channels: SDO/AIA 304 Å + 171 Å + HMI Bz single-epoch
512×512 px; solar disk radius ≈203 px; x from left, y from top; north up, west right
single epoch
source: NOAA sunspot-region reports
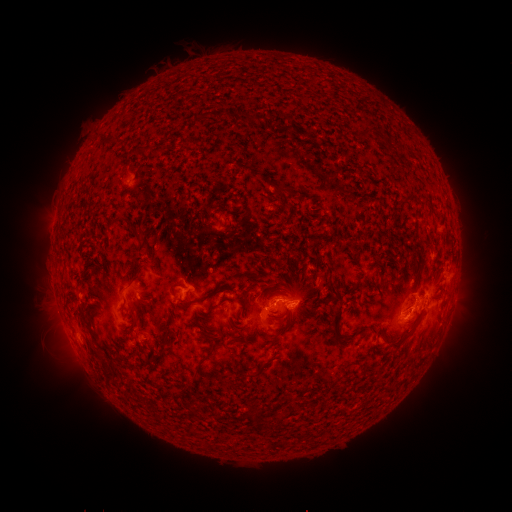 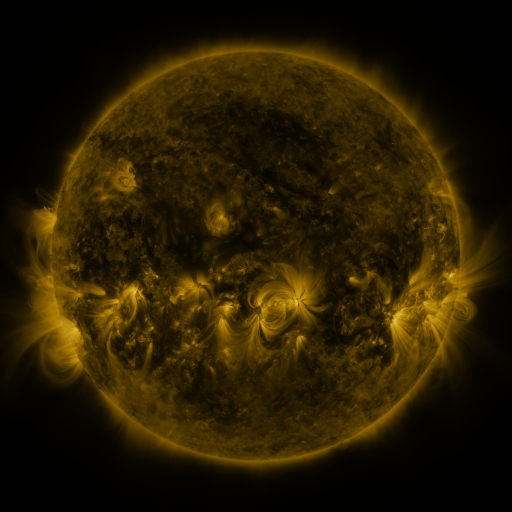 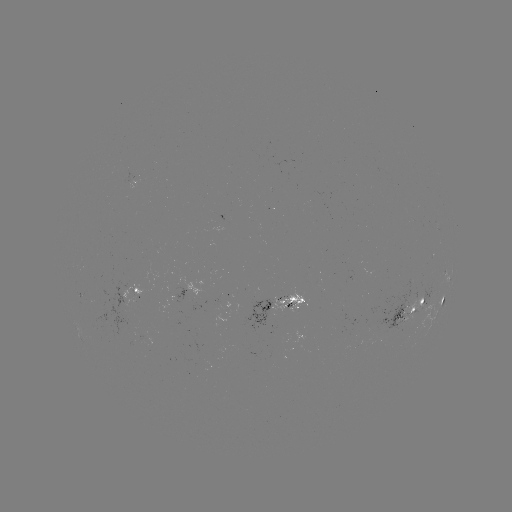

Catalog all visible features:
spotted active region: (444, 273)
spotted active region: (191, 289)
spotted active region: (136, 294)
spotted active region: (444, 302)
spotted active region: (283, 306)
spotted active region: (410, 313)
